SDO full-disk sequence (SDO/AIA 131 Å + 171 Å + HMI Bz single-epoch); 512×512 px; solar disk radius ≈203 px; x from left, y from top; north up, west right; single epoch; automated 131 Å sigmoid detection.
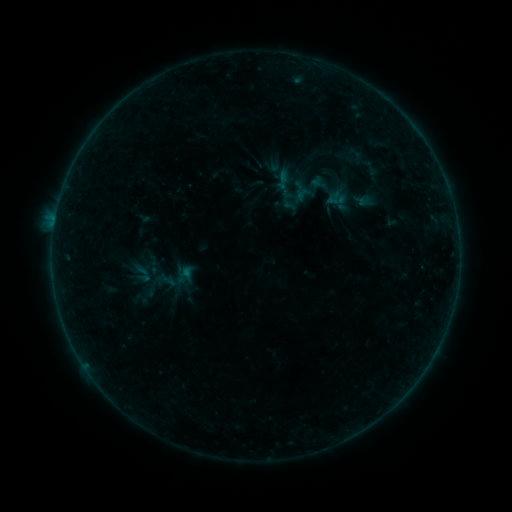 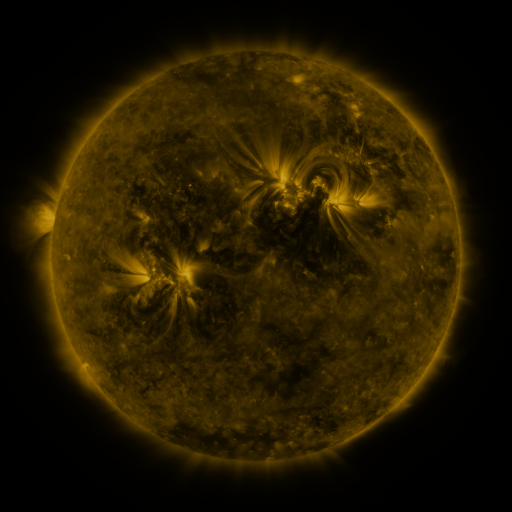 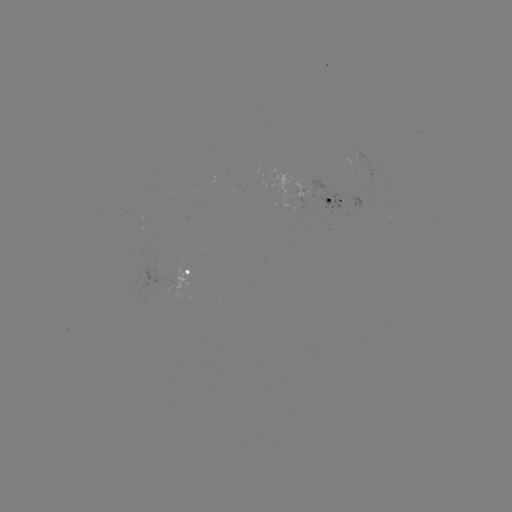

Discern sigmoid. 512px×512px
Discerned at (177, 279).